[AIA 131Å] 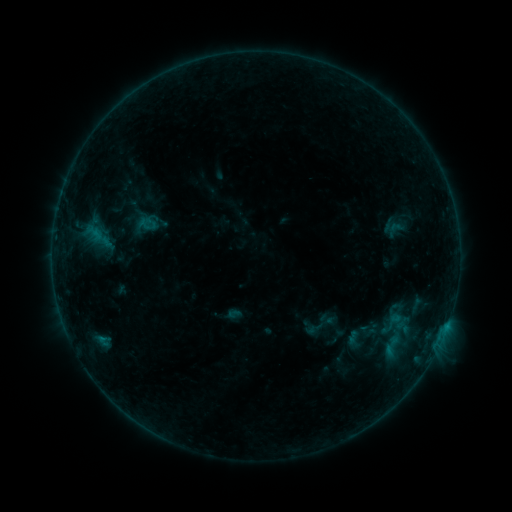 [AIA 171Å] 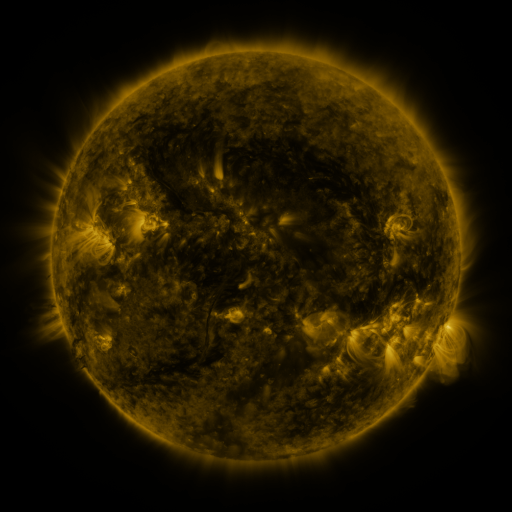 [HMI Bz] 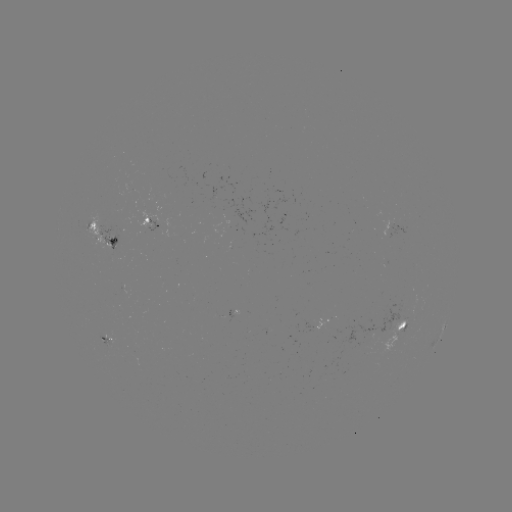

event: sigmoid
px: (392, 324)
